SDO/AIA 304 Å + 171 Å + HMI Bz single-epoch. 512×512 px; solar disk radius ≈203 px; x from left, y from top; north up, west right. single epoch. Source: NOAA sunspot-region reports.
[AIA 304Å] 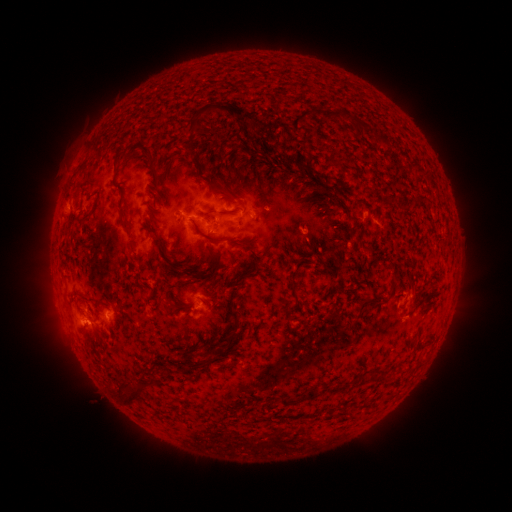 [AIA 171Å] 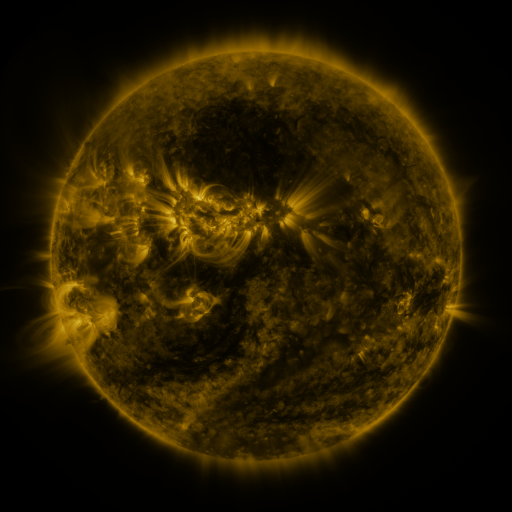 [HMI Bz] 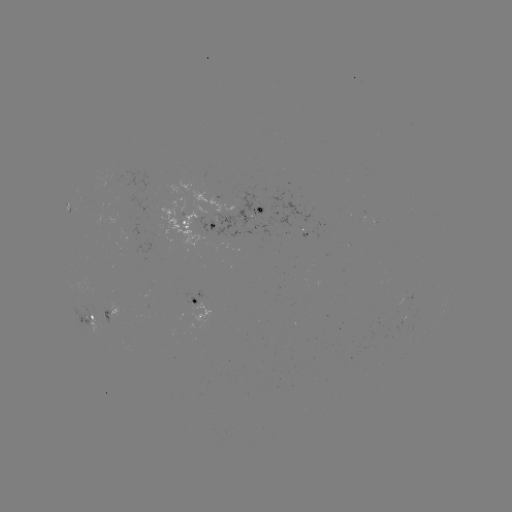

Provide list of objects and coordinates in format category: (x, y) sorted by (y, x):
spotted active region: (256, 210)
spotted active region: (200, 224)
spotted active region: (414, 298)
spotted active region: (197, 301)
spotted active region: (116, 316)
spotted active region: (94, 321)
